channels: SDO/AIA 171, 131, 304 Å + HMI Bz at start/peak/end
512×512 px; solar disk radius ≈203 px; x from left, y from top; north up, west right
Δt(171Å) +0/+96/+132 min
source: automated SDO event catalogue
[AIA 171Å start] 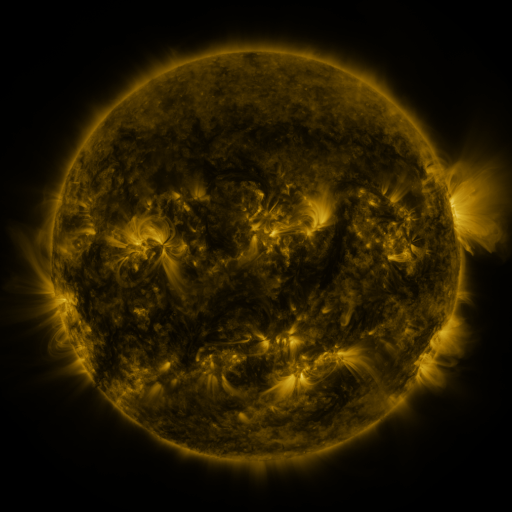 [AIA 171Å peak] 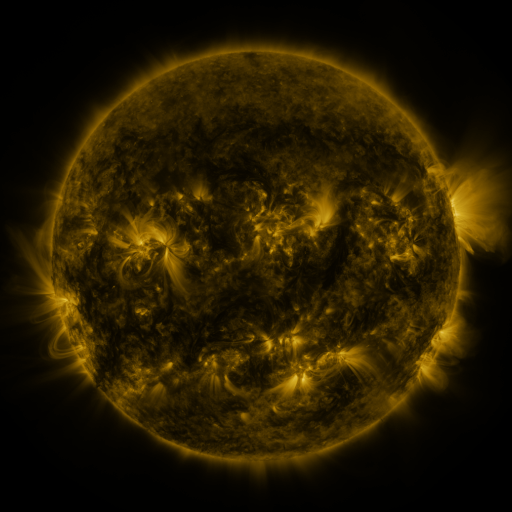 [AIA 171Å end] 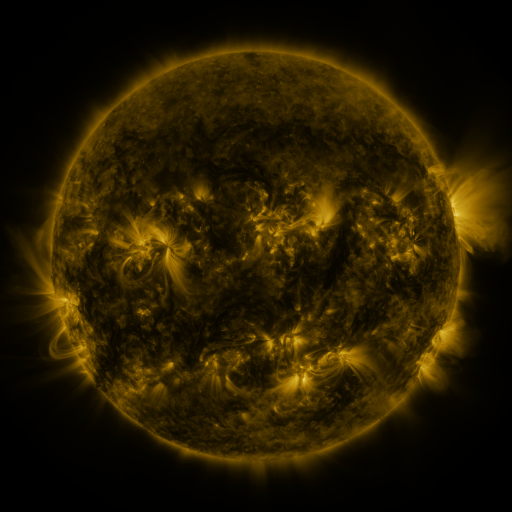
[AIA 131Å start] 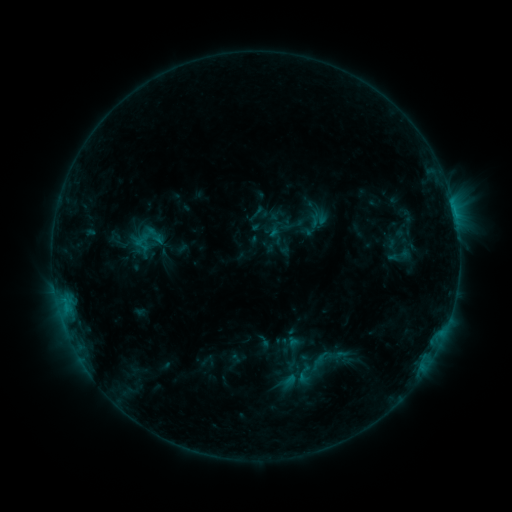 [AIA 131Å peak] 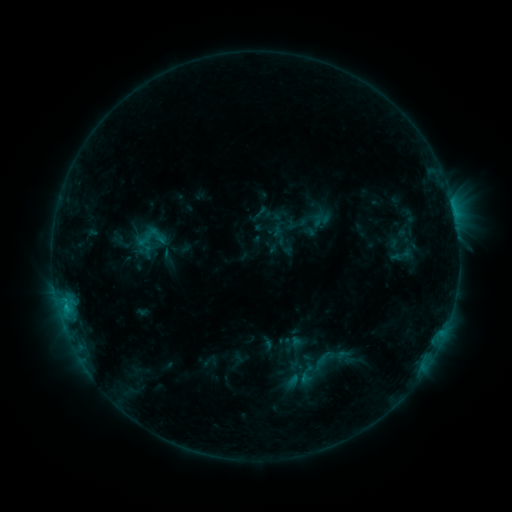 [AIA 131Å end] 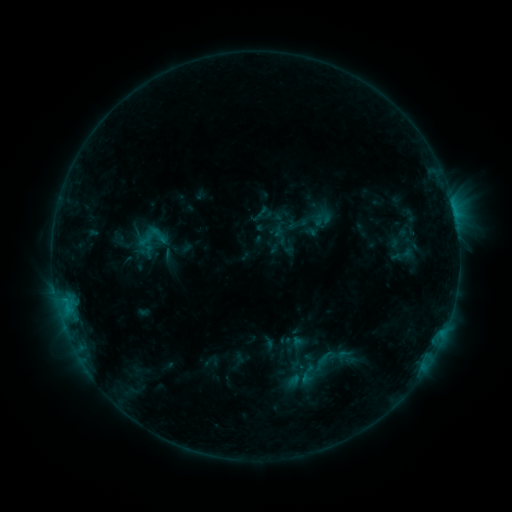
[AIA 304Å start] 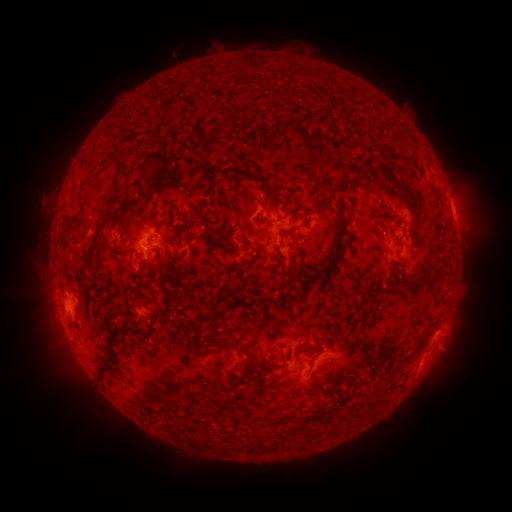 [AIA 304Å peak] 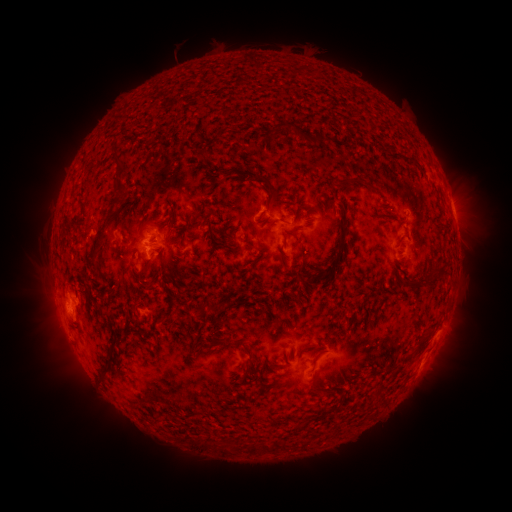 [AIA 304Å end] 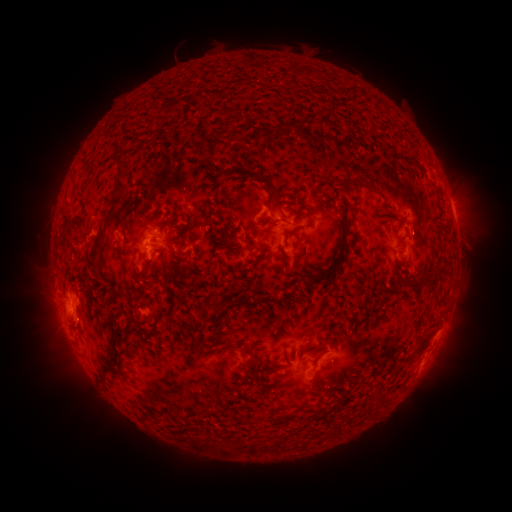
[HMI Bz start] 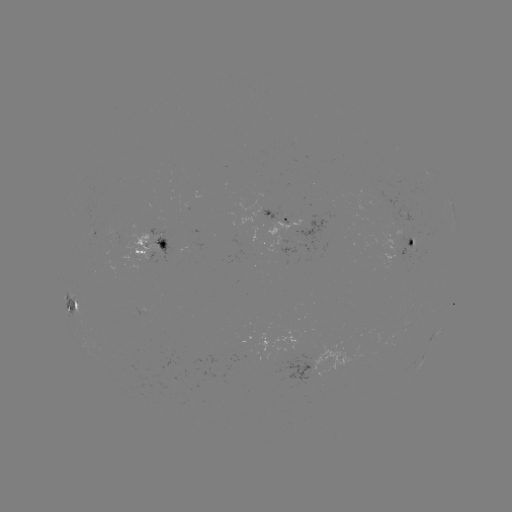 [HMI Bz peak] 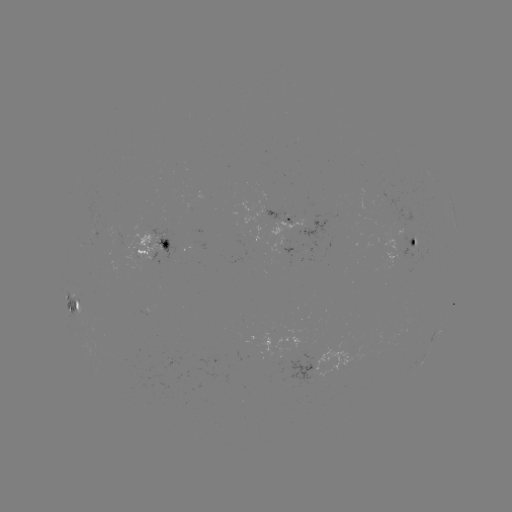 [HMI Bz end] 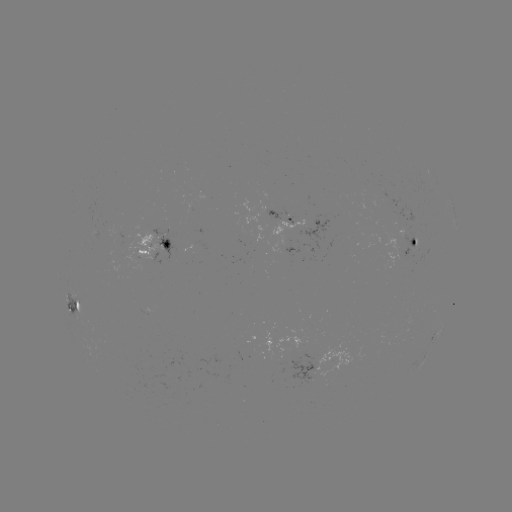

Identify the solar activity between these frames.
emerging-flux region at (395, 247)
